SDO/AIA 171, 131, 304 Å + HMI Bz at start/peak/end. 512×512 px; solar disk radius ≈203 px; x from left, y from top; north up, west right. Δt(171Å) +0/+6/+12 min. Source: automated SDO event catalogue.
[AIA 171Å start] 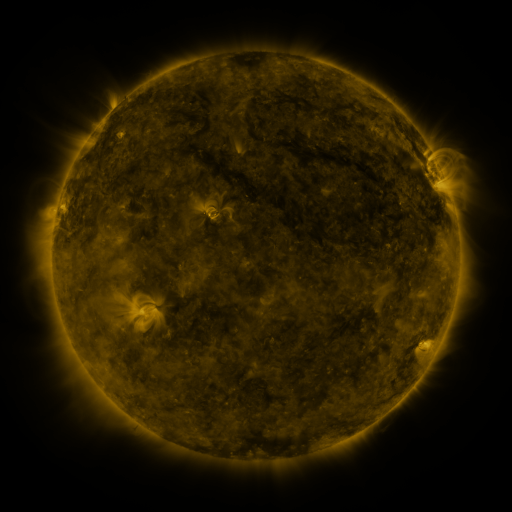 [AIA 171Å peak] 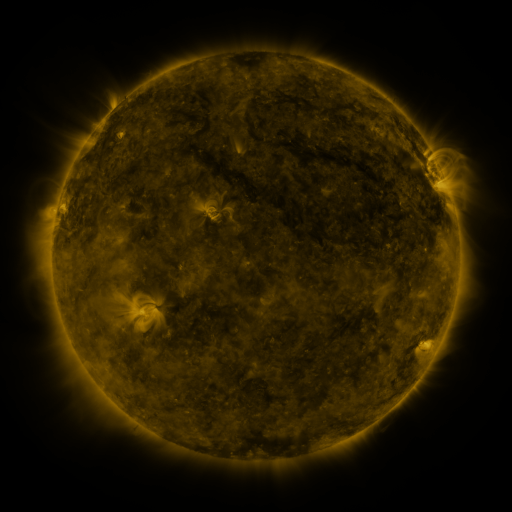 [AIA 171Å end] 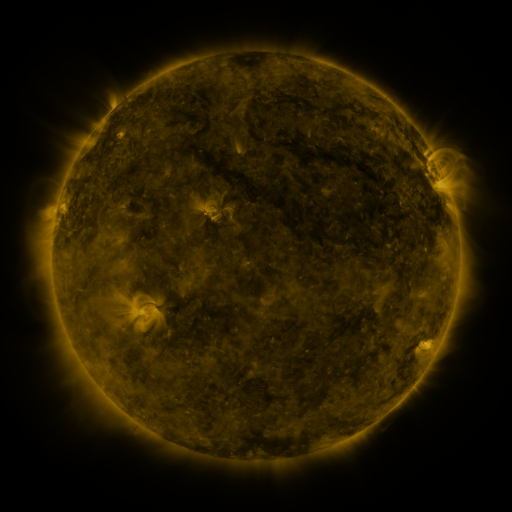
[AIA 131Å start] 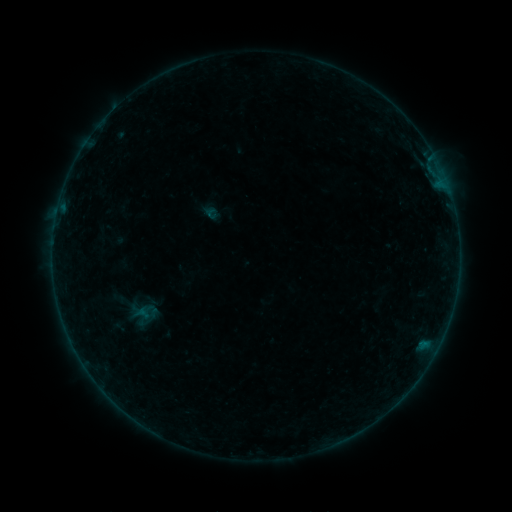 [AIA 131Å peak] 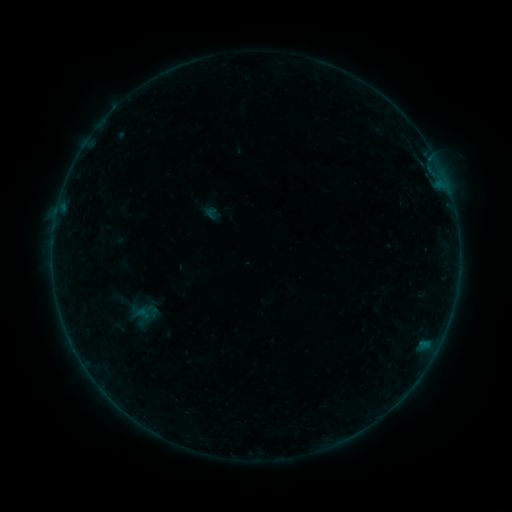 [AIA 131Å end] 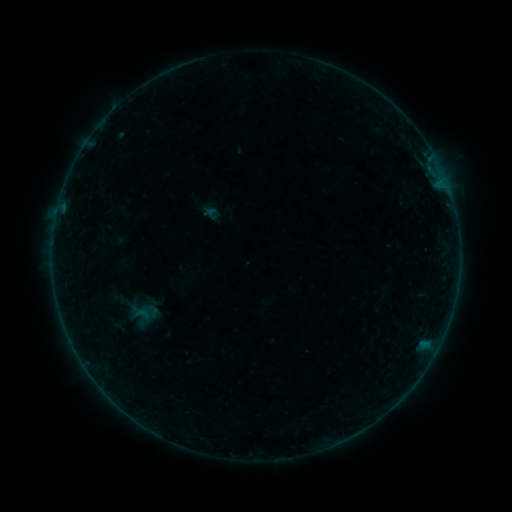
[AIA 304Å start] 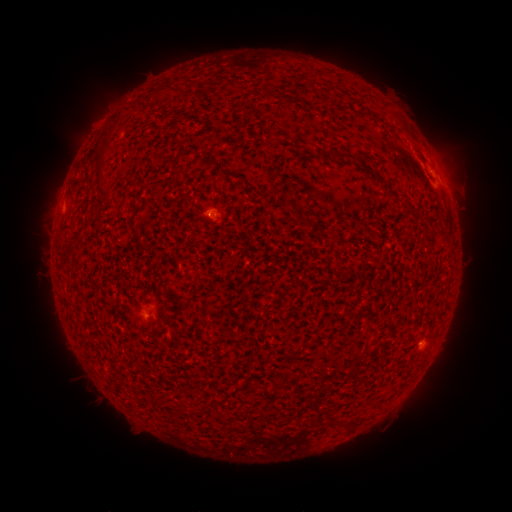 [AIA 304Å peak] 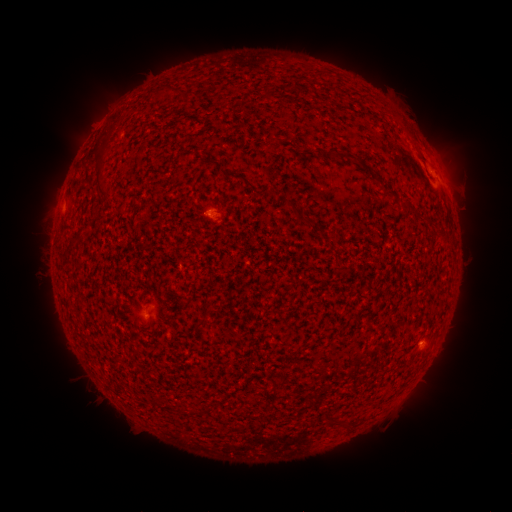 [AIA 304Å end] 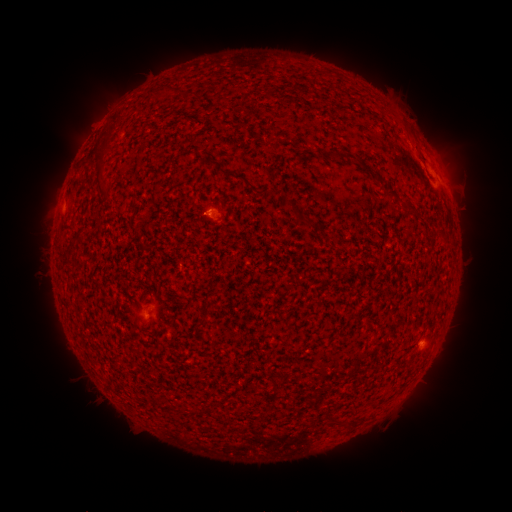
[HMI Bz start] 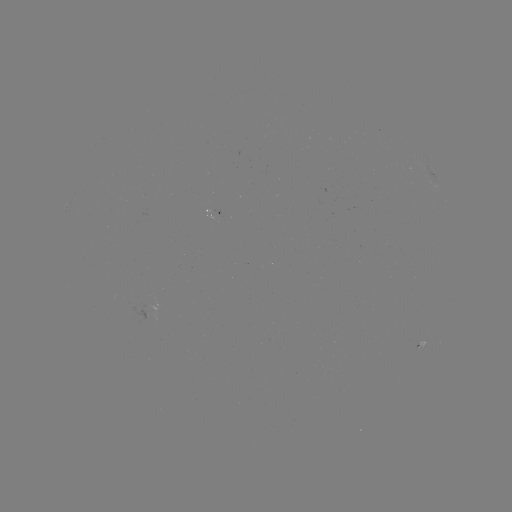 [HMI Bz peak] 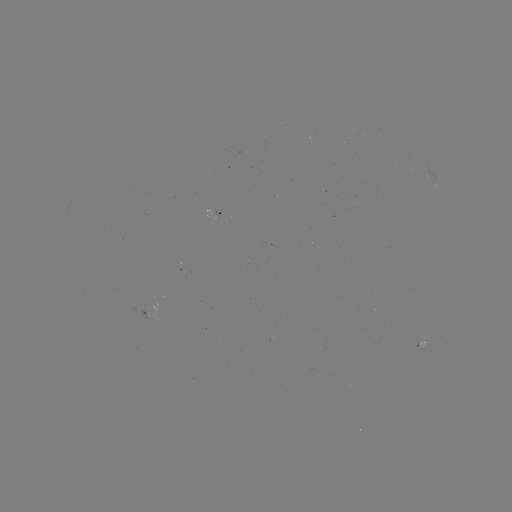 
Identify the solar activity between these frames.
B1.3 flare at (214, 214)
